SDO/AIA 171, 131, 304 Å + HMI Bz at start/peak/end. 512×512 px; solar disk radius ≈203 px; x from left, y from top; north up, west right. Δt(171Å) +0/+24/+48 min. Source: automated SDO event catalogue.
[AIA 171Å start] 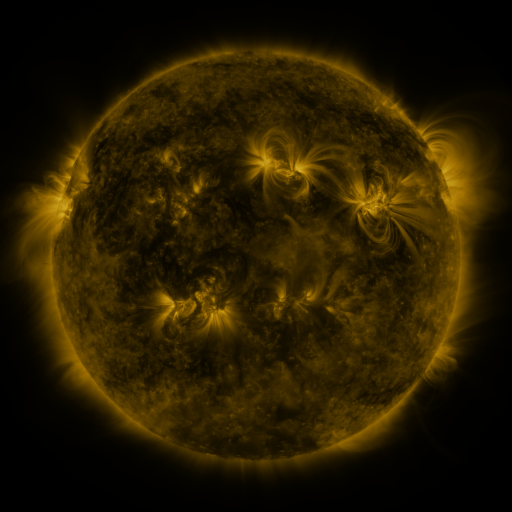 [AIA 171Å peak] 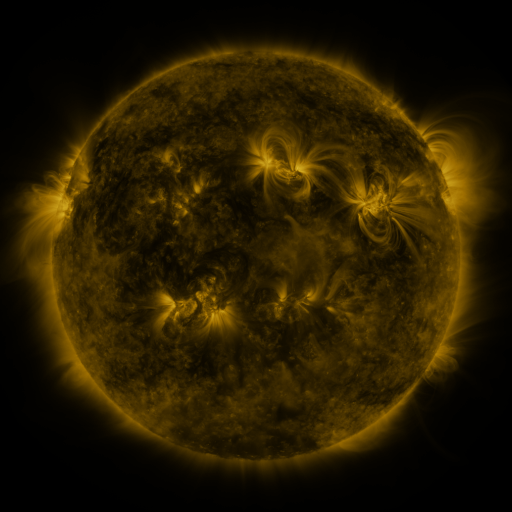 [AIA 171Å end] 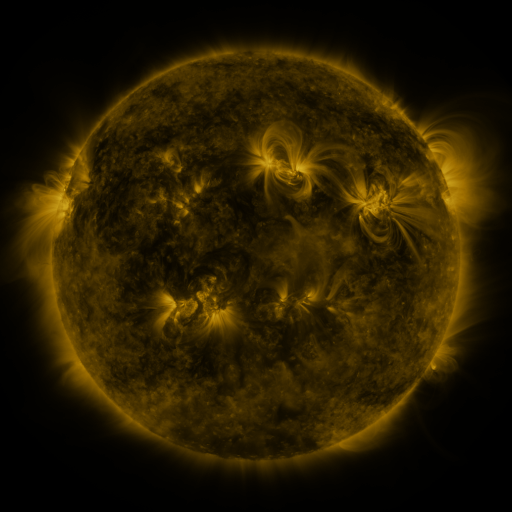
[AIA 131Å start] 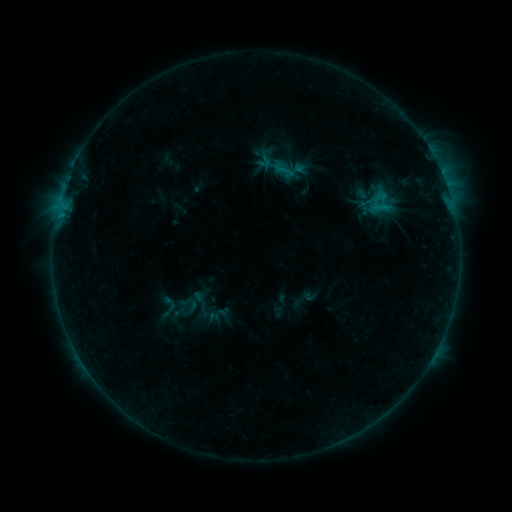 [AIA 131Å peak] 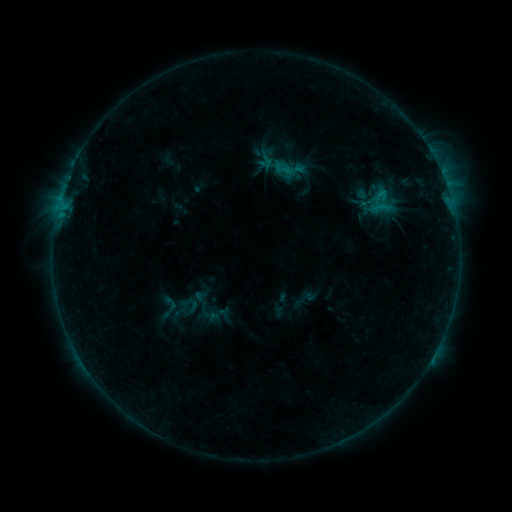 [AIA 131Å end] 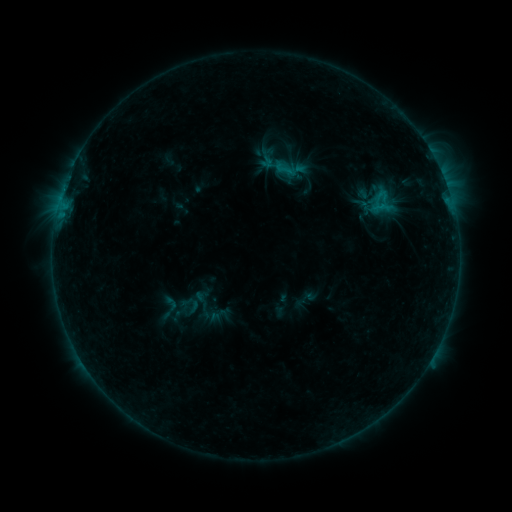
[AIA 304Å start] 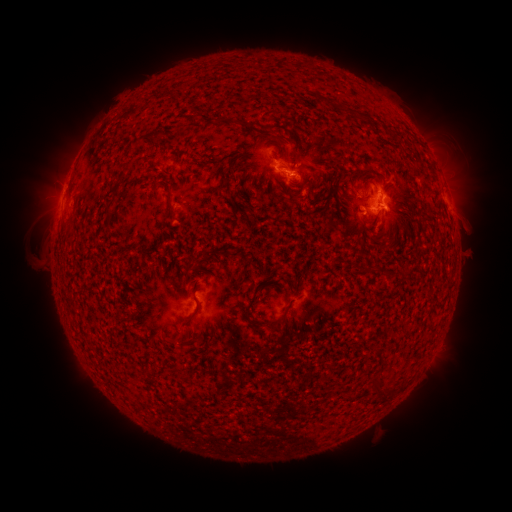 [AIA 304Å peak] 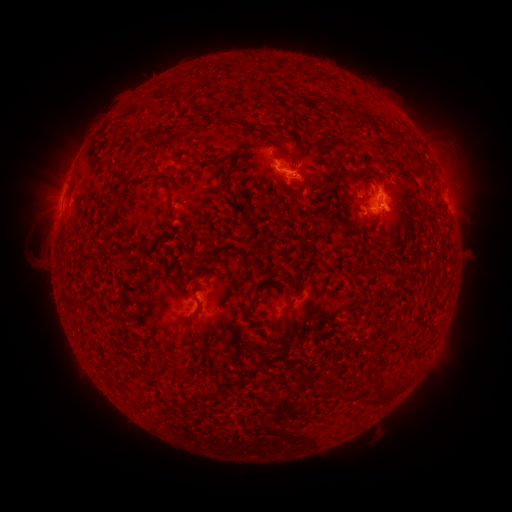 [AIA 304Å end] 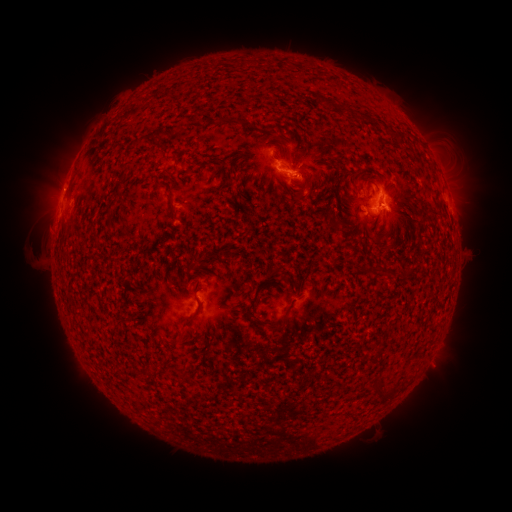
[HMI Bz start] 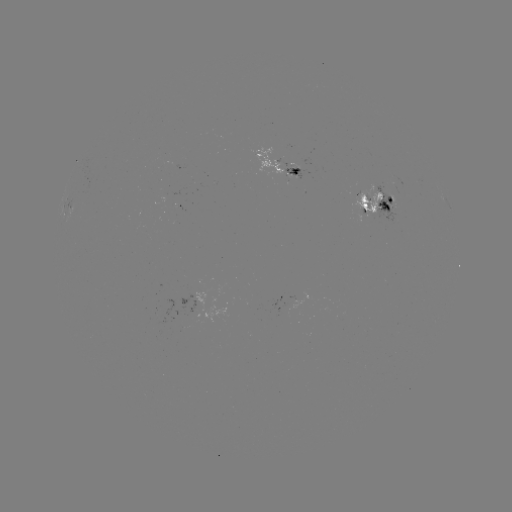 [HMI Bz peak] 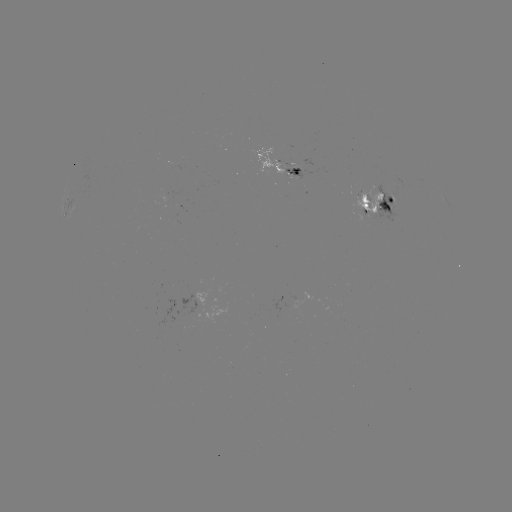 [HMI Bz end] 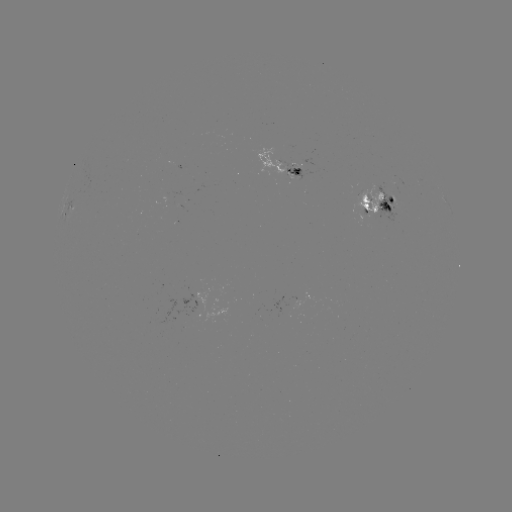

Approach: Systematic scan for emerging-flux region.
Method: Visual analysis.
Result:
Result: emerging-flux region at [375, 208].